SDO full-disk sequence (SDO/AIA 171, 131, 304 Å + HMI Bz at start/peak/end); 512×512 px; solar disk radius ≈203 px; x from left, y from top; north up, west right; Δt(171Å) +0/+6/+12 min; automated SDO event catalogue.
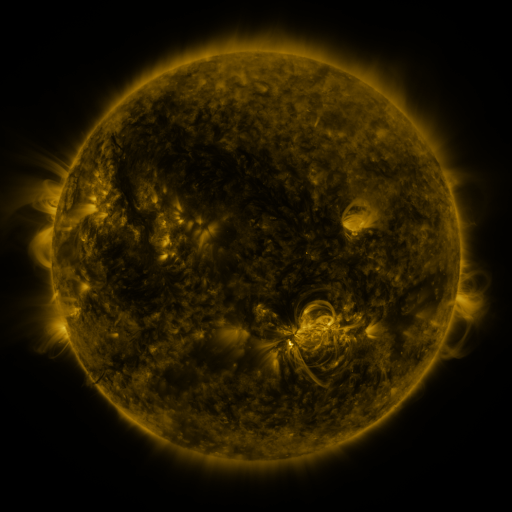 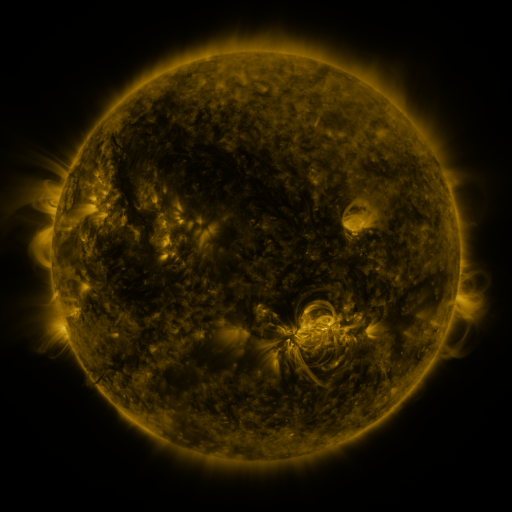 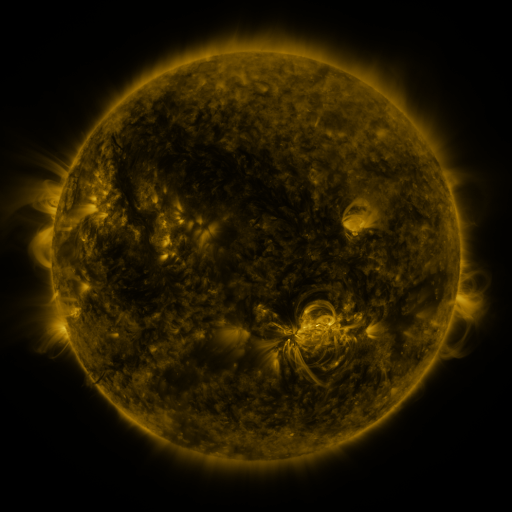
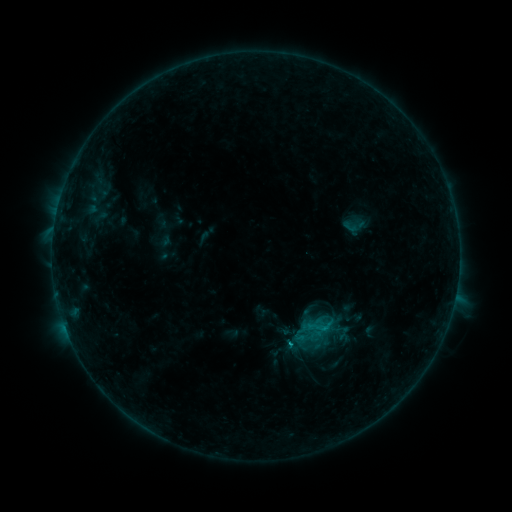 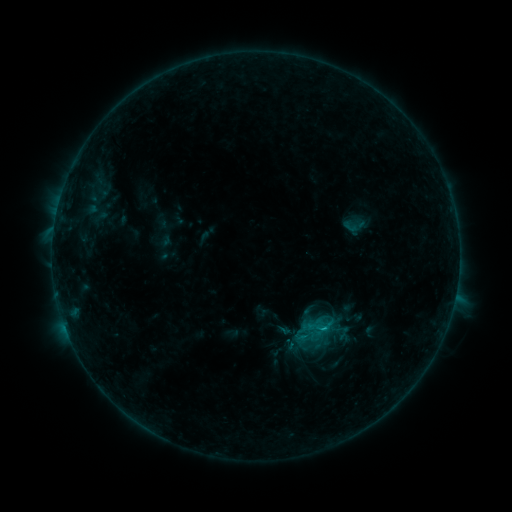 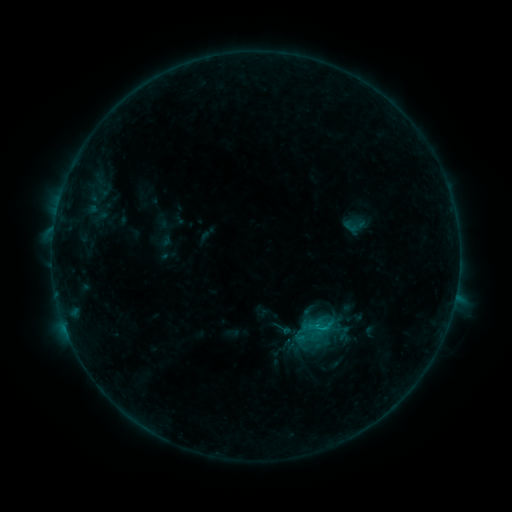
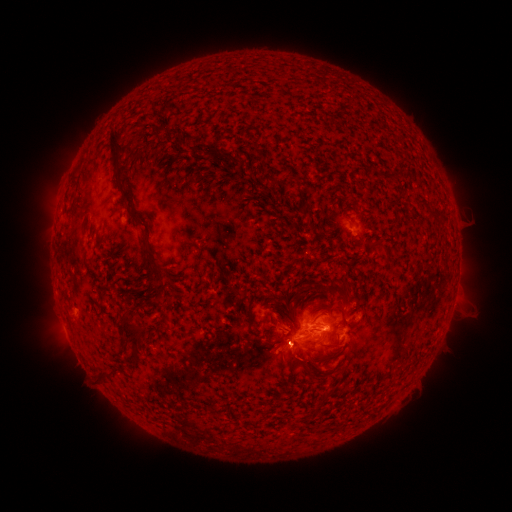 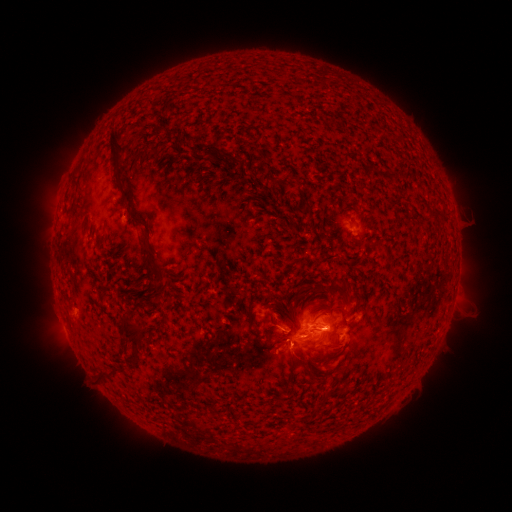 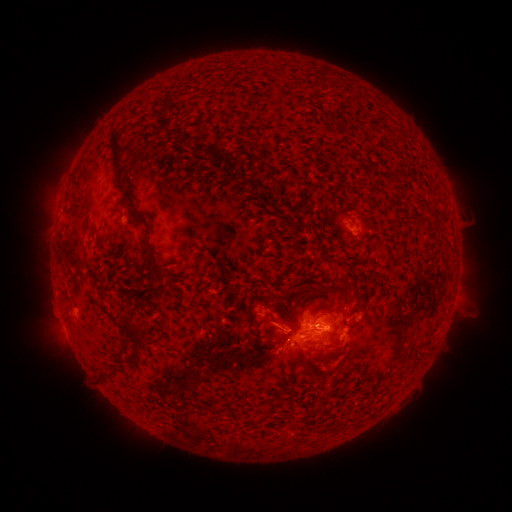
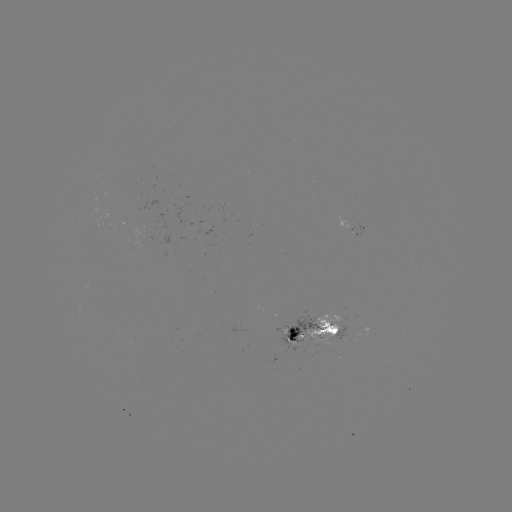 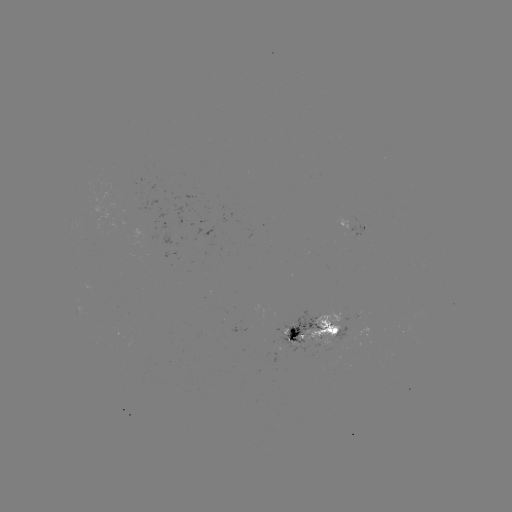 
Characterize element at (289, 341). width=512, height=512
B7.6 flare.